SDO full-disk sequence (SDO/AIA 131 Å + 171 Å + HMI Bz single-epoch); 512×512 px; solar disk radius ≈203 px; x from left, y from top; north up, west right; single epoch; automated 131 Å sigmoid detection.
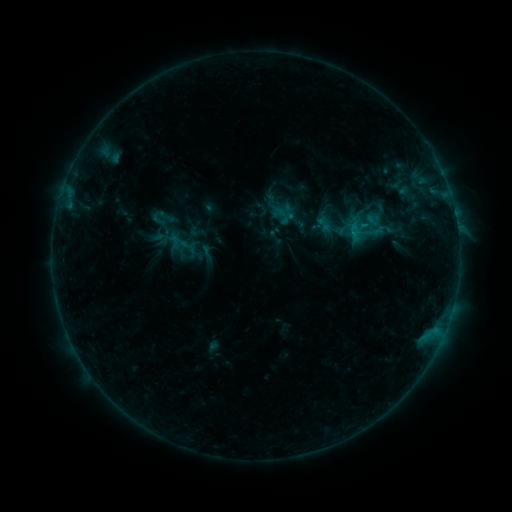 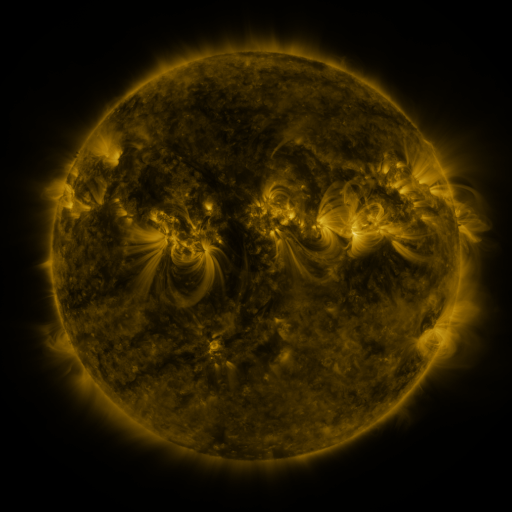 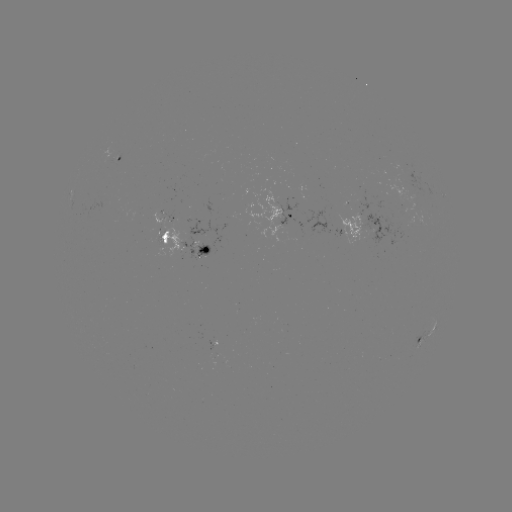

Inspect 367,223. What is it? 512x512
sigmoid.